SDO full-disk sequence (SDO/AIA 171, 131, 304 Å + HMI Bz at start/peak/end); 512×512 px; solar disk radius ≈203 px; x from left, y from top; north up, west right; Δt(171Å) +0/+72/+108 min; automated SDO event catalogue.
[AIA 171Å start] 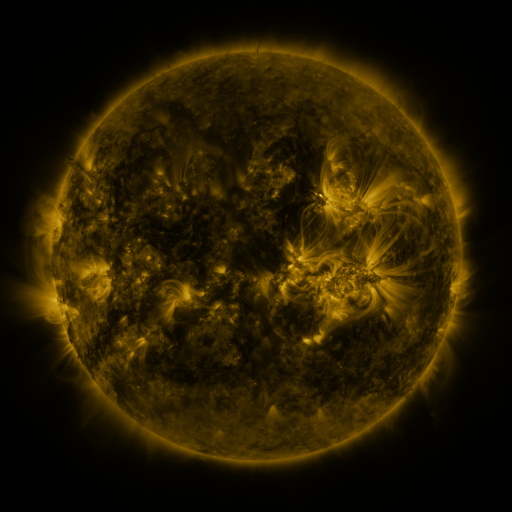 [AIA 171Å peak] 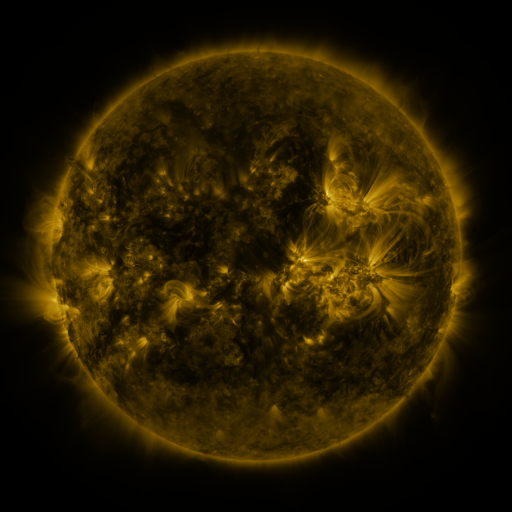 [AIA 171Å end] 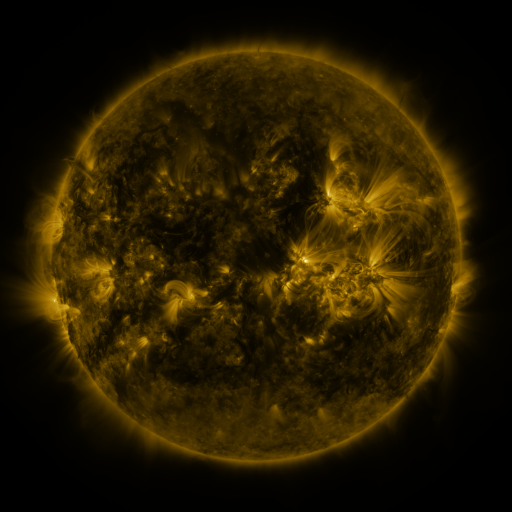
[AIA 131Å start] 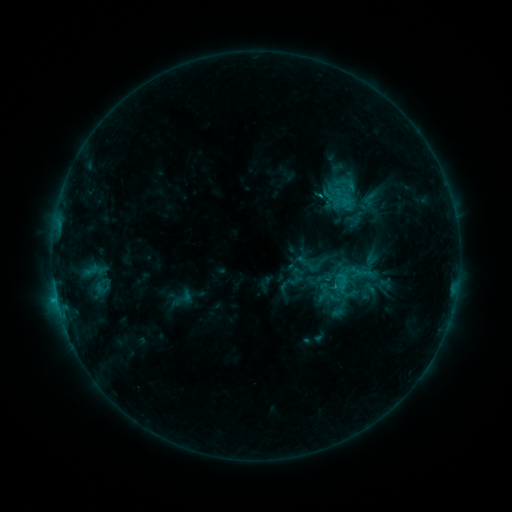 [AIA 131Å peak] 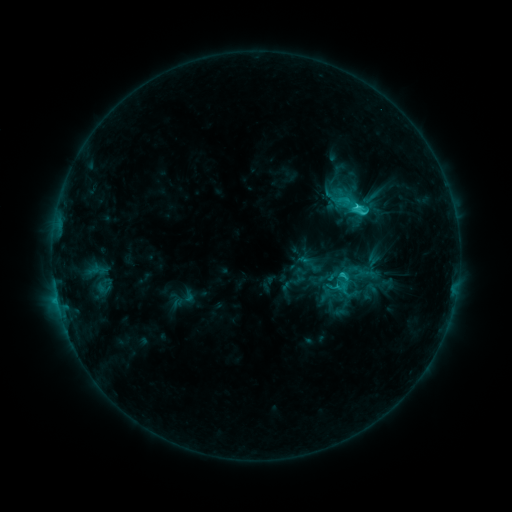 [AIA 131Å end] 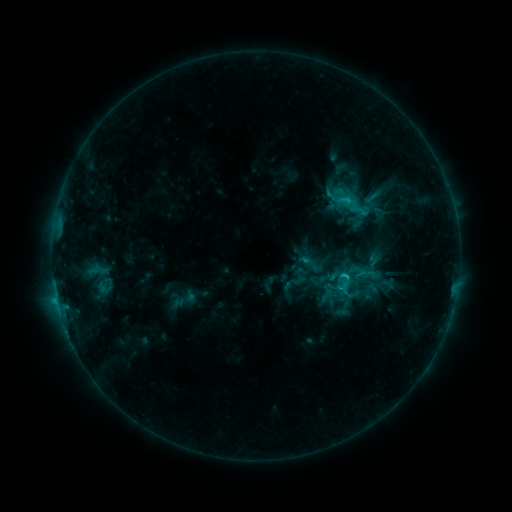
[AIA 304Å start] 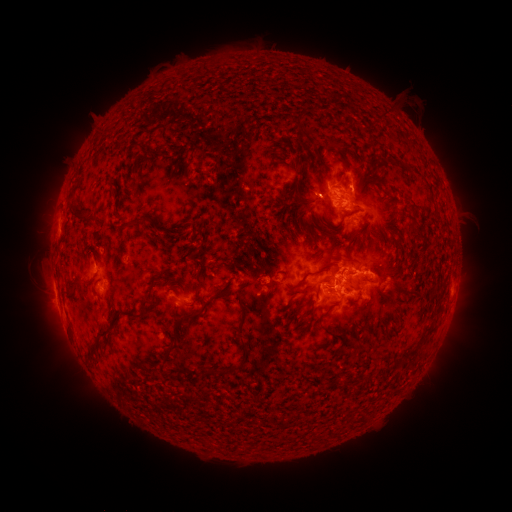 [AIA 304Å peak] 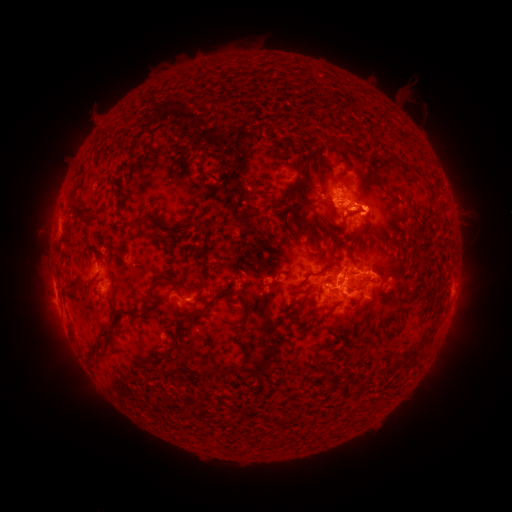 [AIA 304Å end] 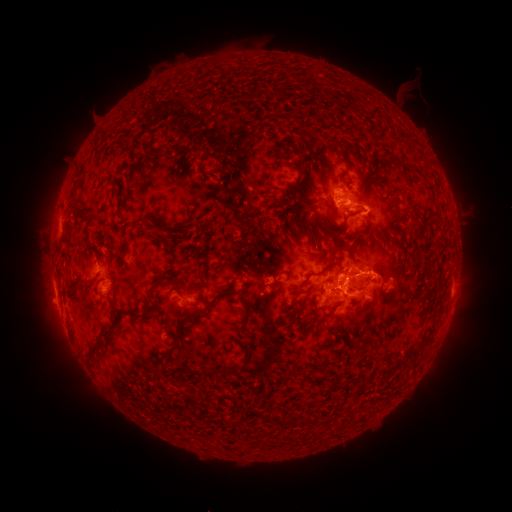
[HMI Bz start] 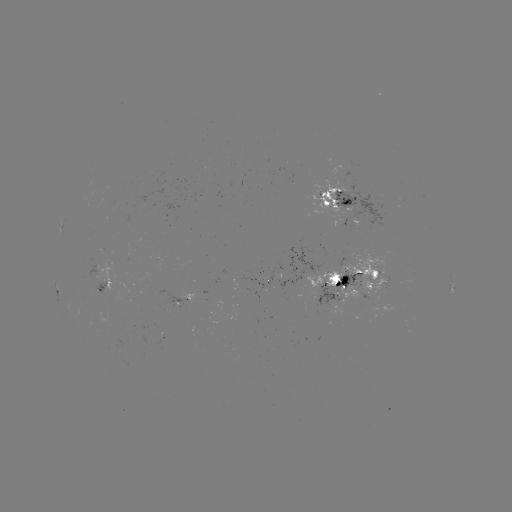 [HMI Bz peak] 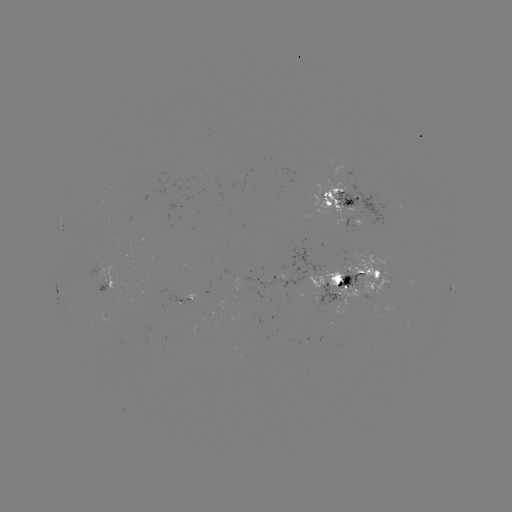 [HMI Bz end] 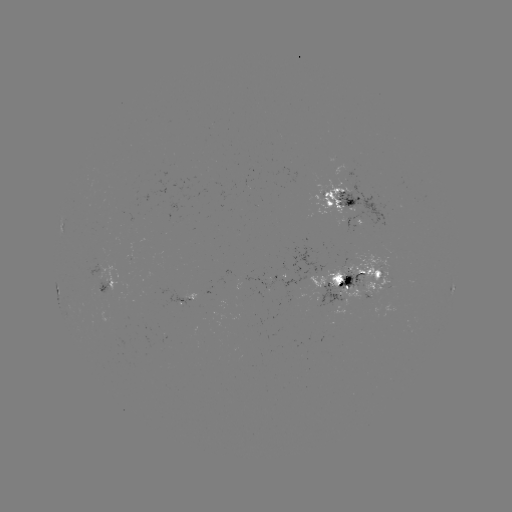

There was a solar emerging-flux region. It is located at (373, 276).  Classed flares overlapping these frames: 1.